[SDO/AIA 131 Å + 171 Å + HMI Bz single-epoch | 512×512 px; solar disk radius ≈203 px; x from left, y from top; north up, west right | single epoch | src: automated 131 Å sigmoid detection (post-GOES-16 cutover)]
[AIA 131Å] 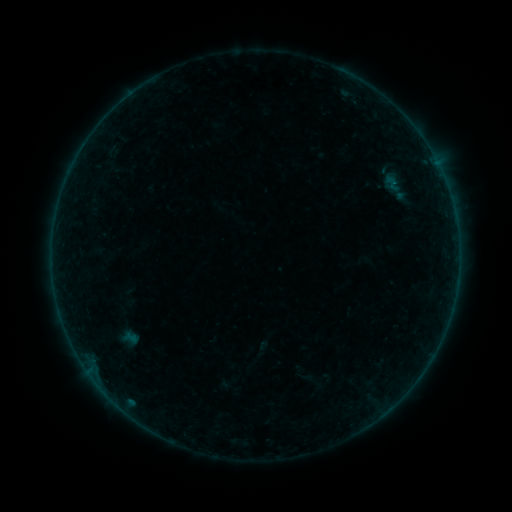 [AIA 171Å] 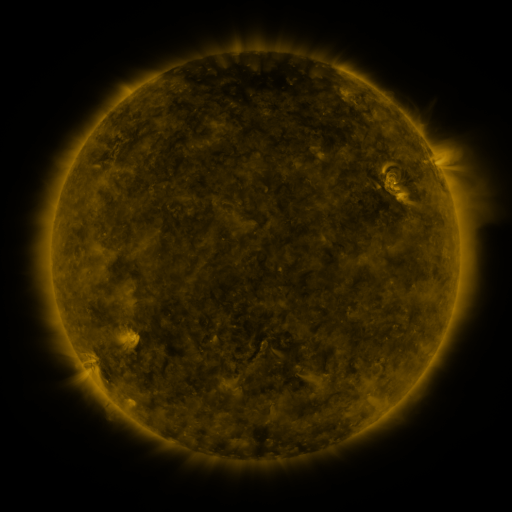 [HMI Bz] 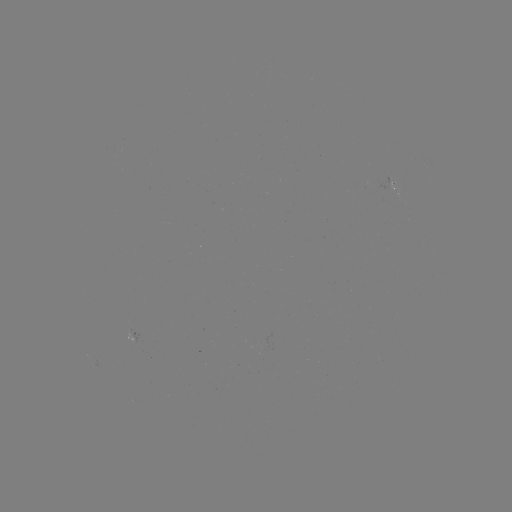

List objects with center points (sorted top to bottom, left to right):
sigmoid: (365, 166, 429, 208)
